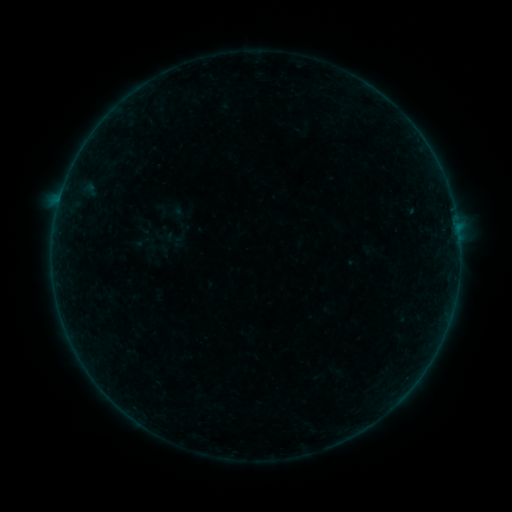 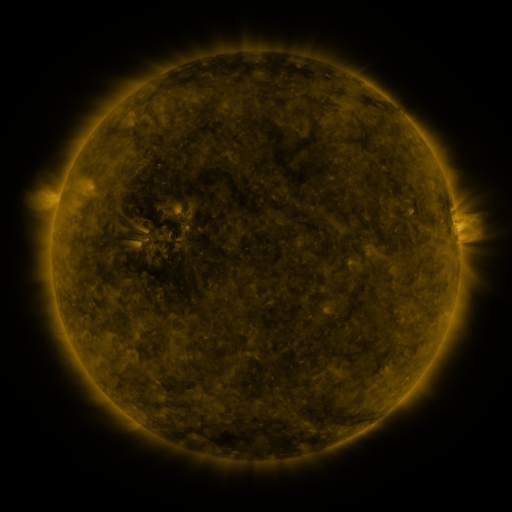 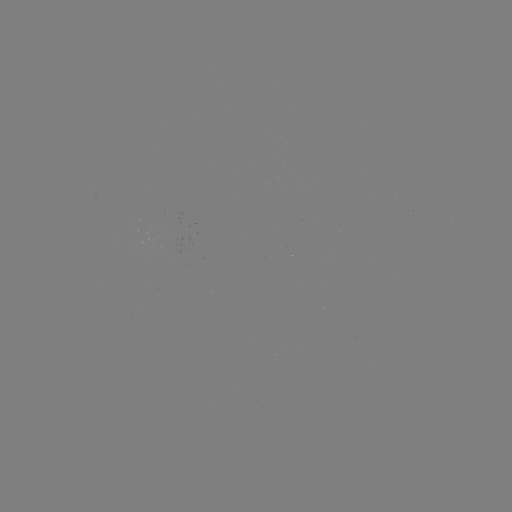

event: sigmoid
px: (173, 238)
